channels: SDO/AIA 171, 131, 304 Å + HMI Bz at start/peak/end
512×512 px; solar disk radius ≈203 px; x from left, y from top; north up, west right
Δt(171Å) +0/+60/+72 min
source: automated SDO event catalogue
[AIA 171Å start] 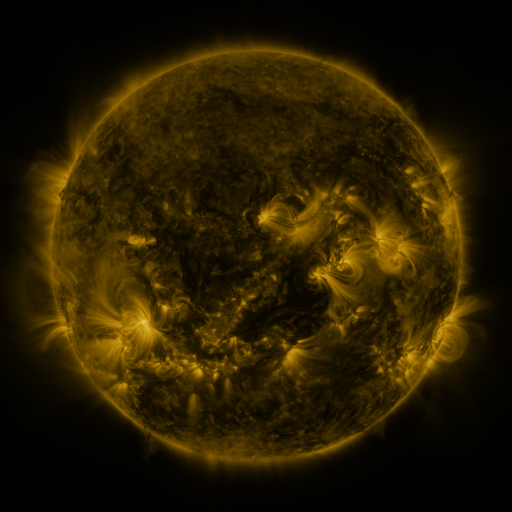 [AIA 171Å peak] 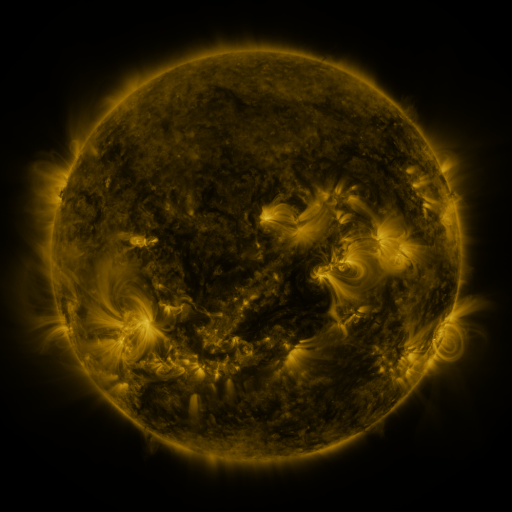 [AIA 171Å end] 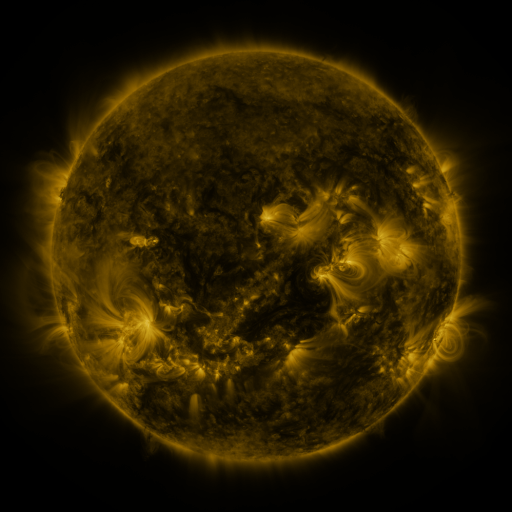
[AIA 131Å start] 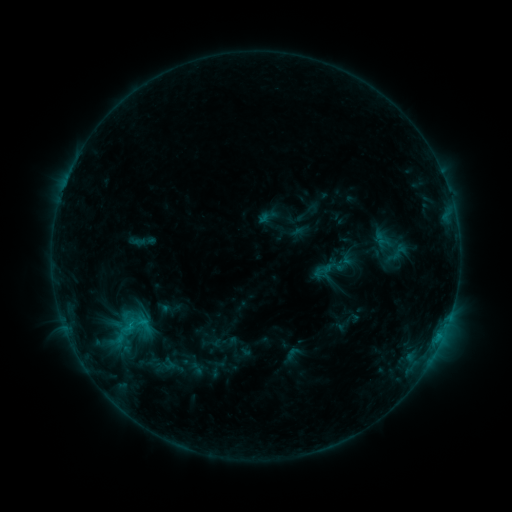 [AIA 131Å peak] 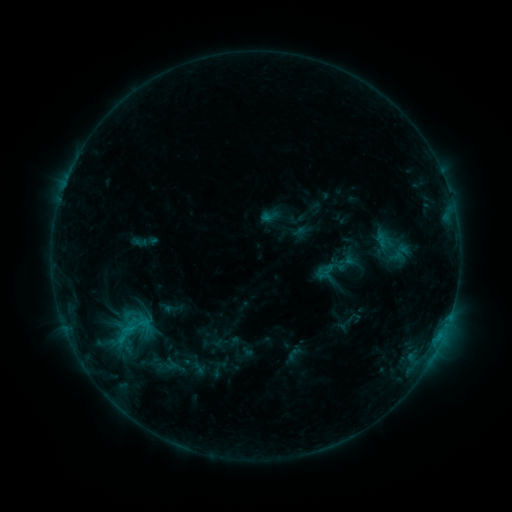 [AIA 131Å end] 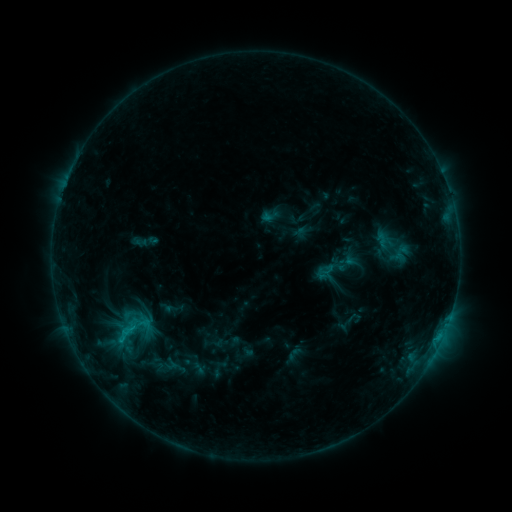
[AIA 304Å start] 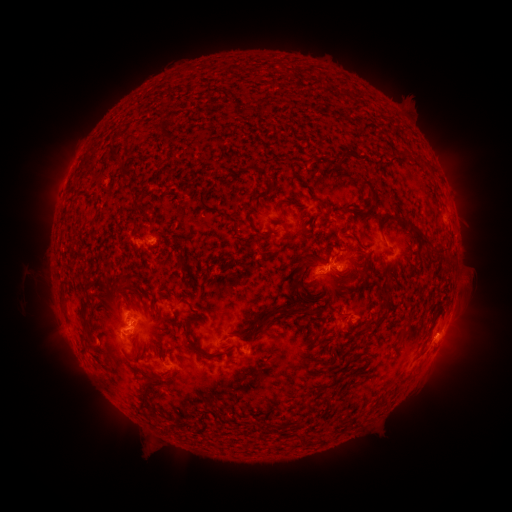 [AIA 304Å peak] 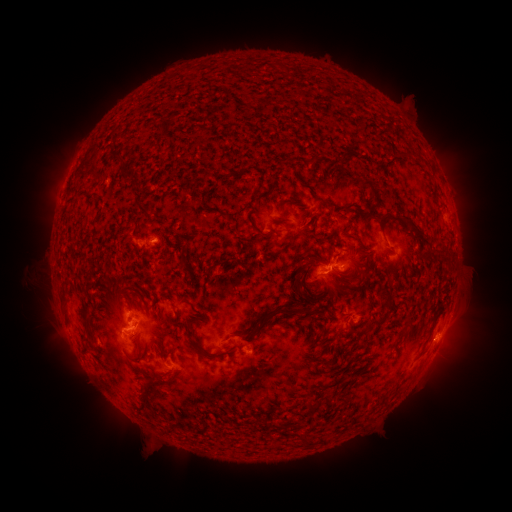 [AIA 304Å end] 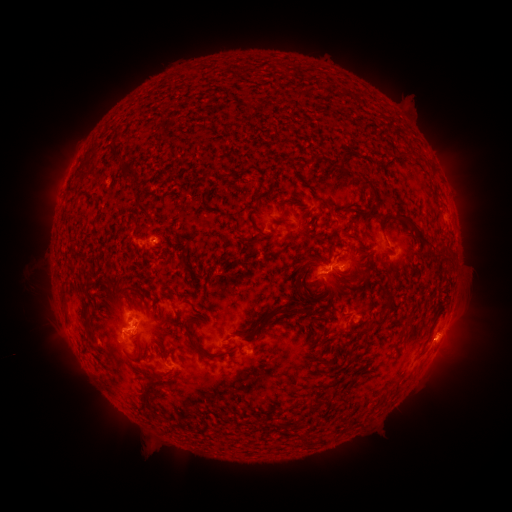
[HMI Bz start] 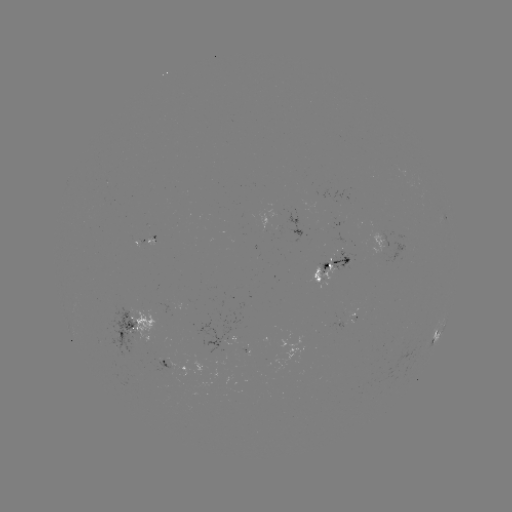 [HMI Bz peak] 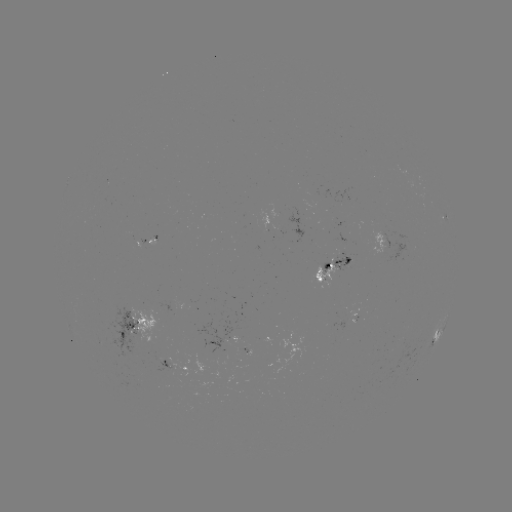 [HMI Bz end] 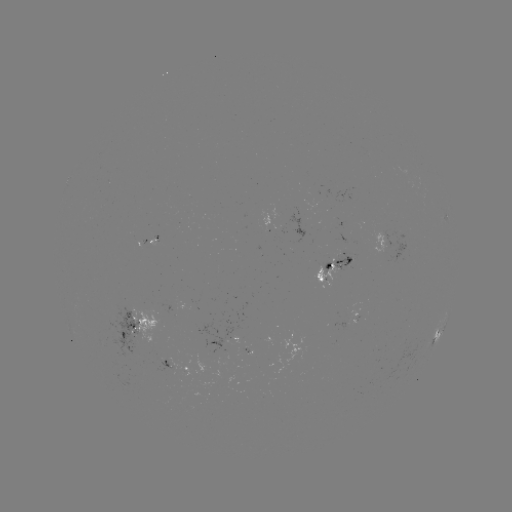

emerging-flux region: (331, 251, 351, 271)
